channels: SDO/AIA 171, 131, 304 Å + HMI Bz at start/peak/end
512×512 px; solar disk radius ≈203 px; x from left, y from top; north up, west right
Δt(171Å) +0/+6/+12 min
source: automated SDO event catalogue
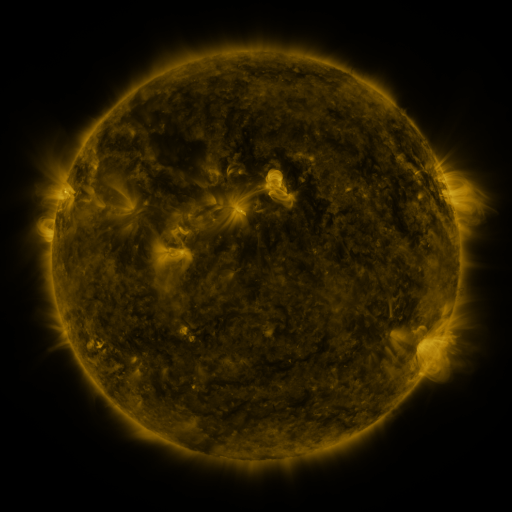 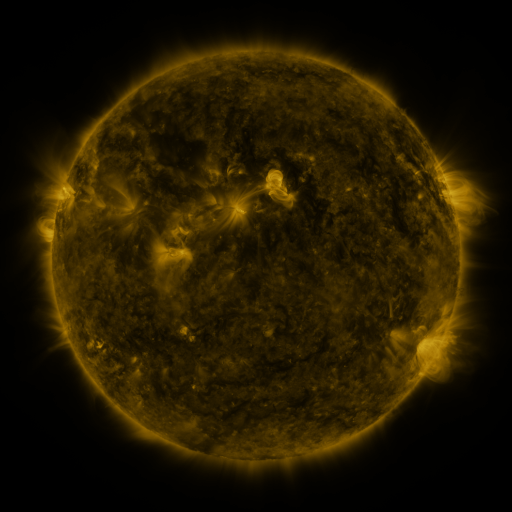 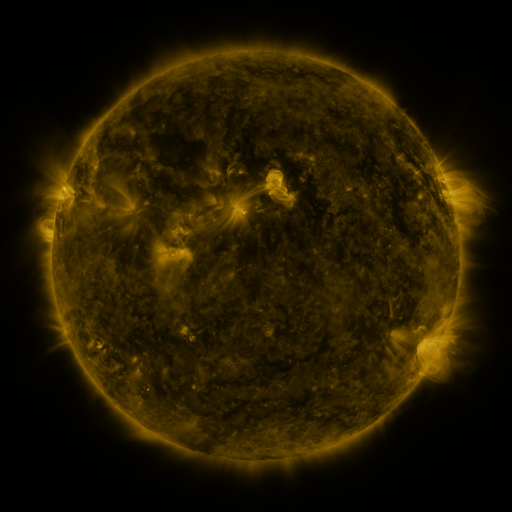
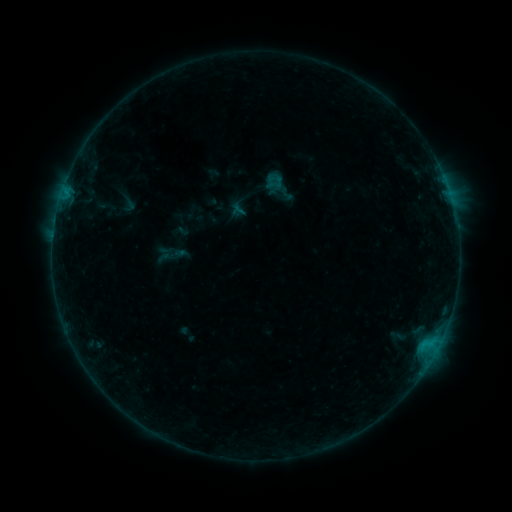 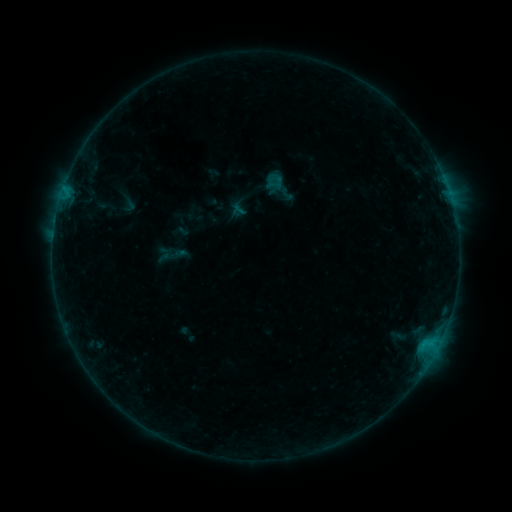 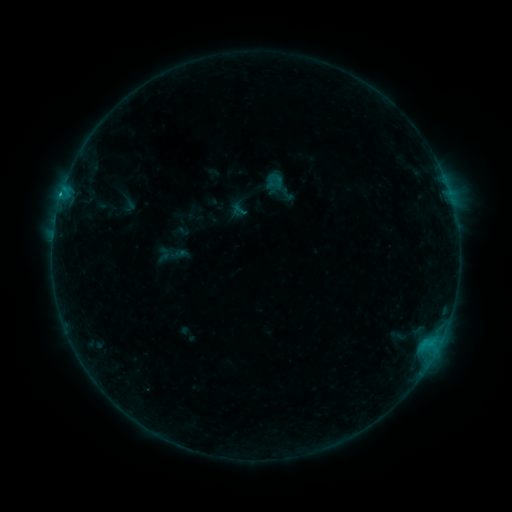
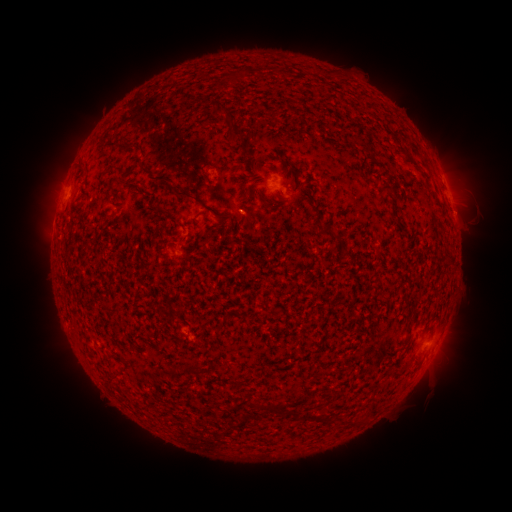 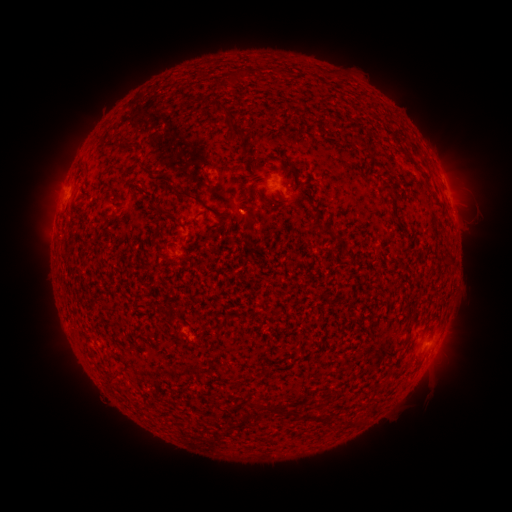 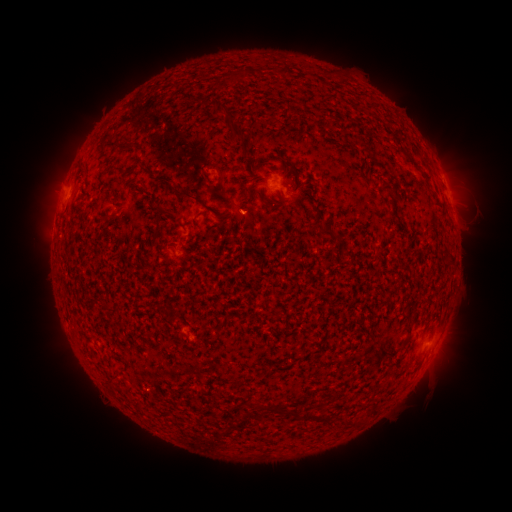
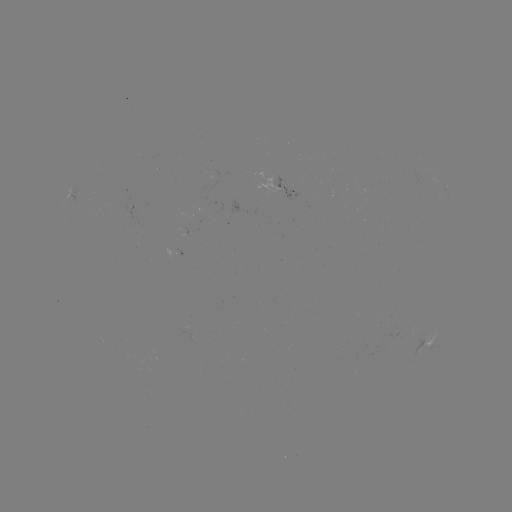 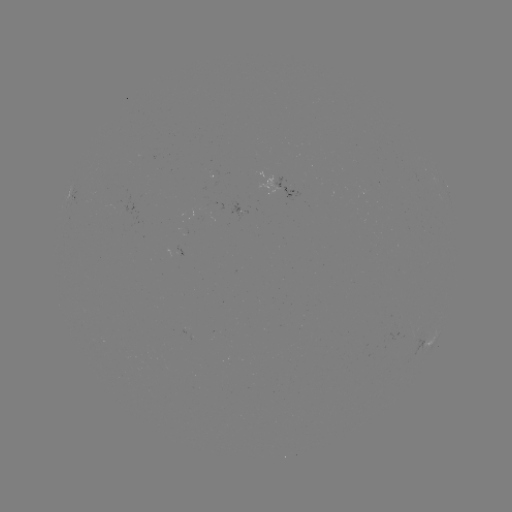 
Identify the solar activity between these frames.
B7.4 flare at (64, 191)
